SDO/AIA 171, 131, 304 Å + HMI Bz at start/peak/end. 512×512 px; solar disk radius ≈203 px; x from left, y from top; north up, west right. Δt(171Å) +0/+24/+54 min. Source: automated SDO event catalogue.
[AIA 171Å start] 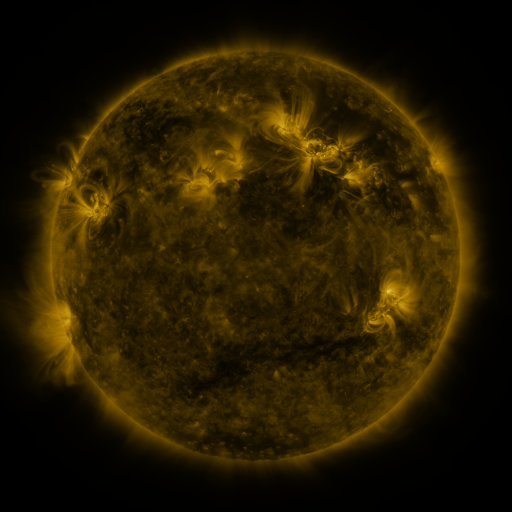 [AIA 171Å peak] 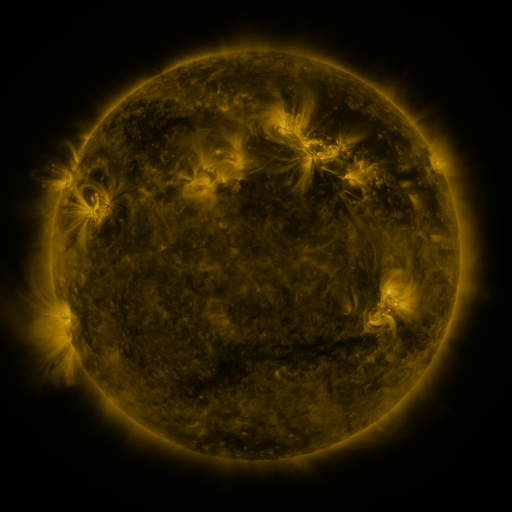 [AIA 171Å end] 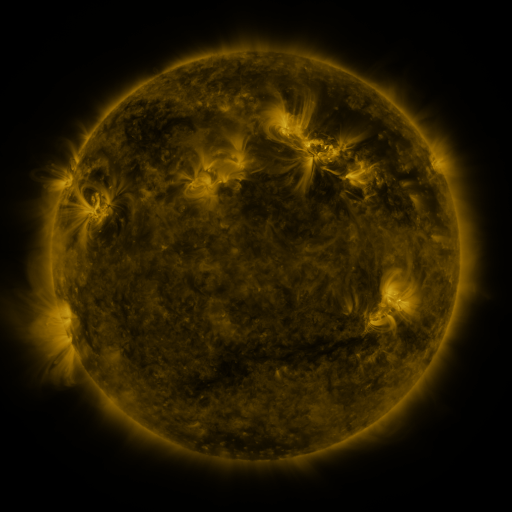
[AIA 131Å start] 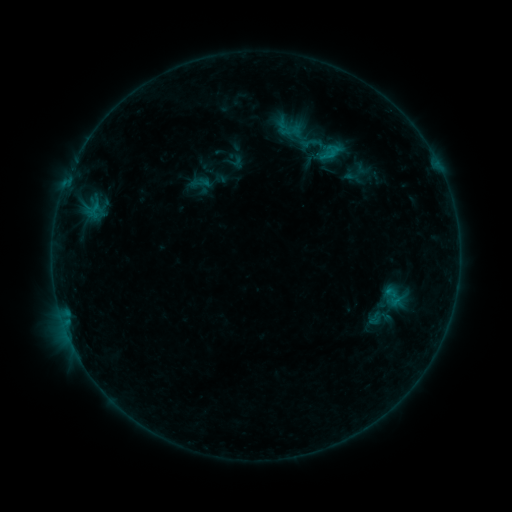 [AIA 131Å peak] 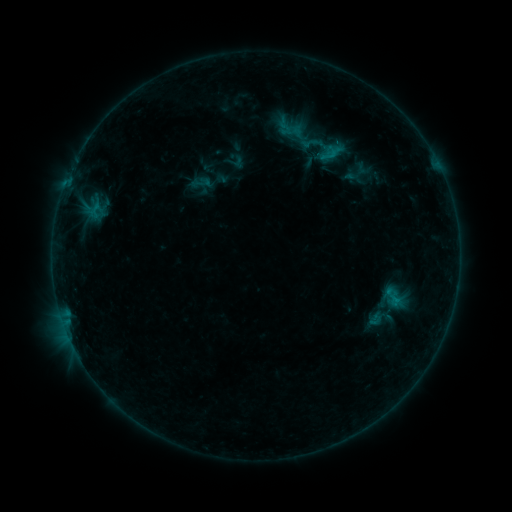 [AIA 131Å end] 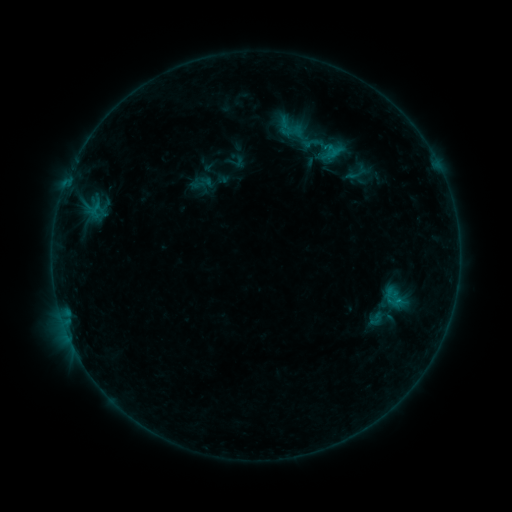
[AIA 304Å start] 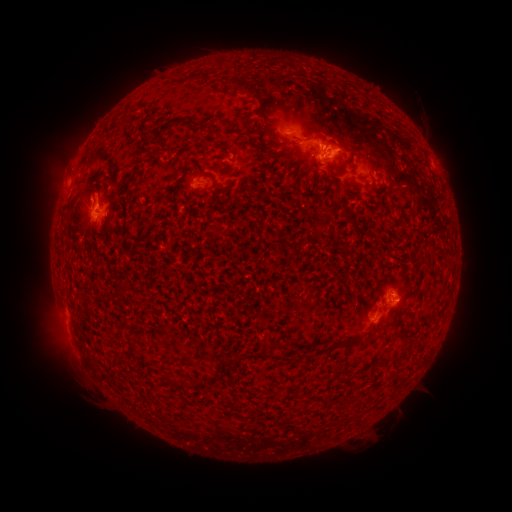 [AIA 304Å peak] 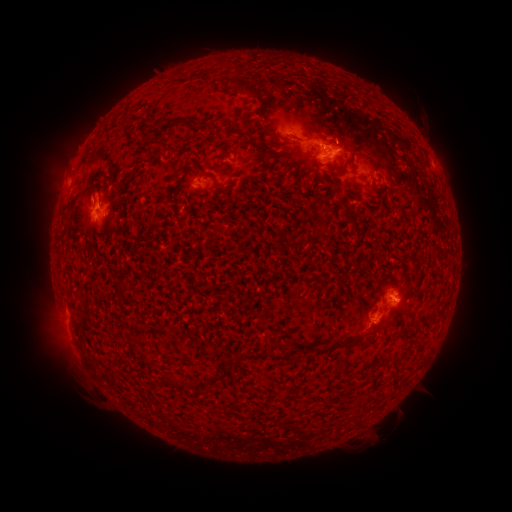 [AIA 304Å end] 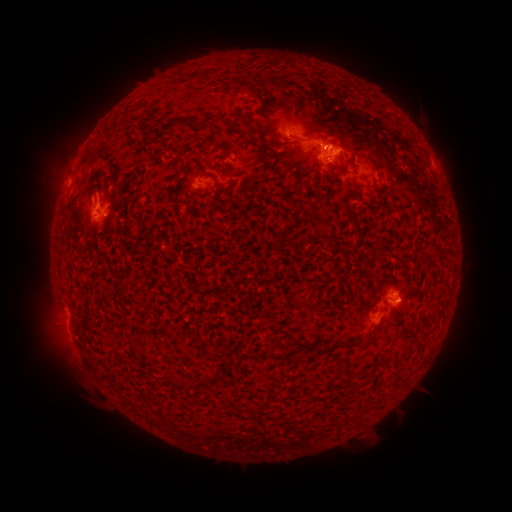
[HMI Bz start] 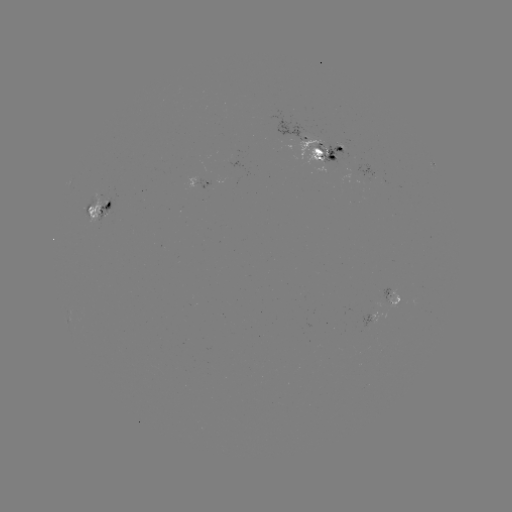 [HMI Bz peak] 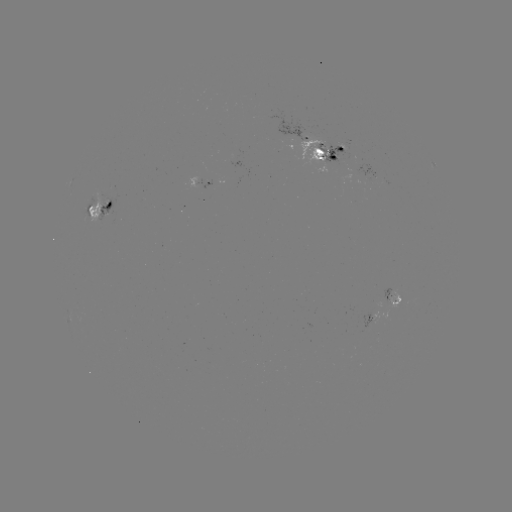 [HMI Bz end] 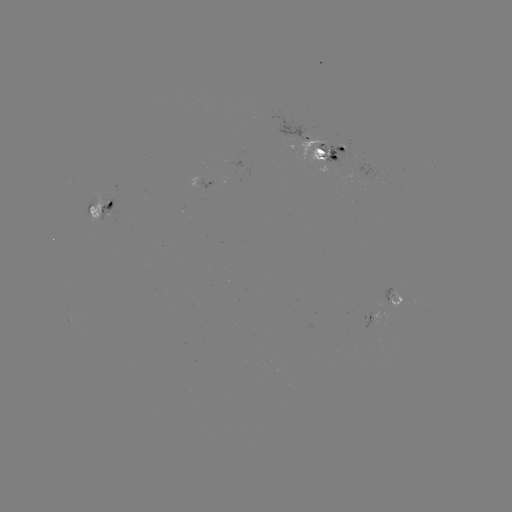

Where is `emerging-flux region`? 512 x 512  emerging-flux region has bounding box [383, 287, 397, 304].